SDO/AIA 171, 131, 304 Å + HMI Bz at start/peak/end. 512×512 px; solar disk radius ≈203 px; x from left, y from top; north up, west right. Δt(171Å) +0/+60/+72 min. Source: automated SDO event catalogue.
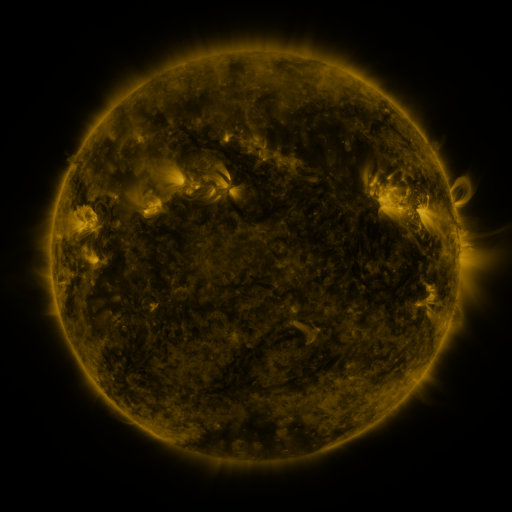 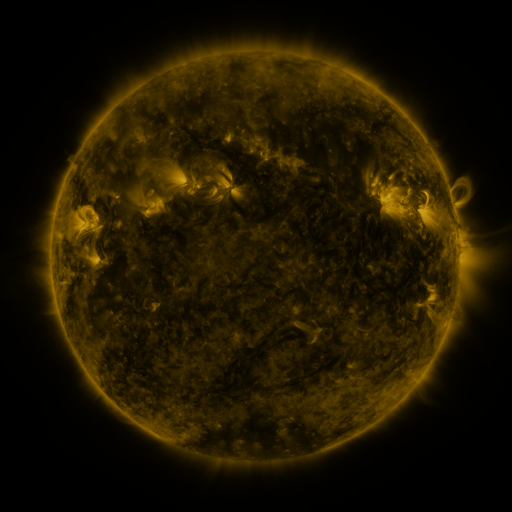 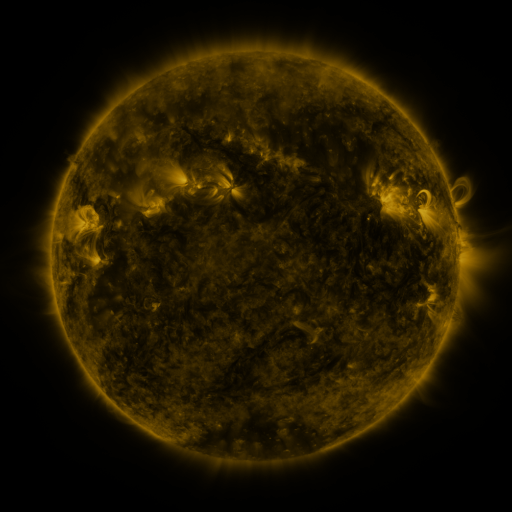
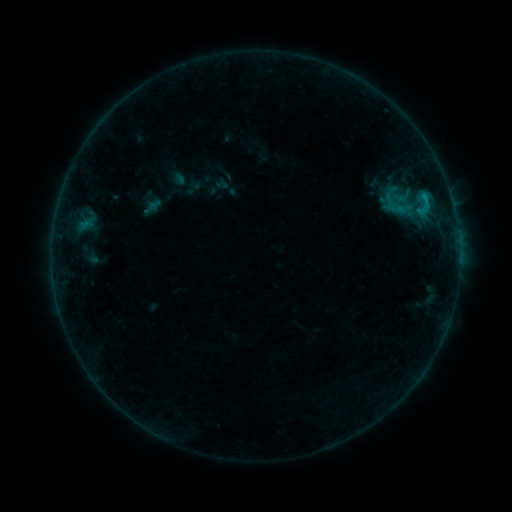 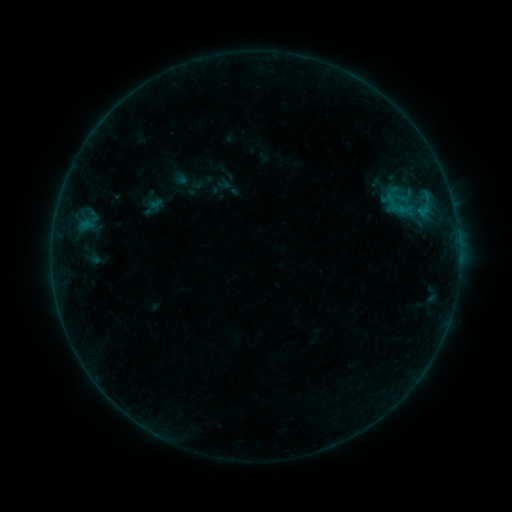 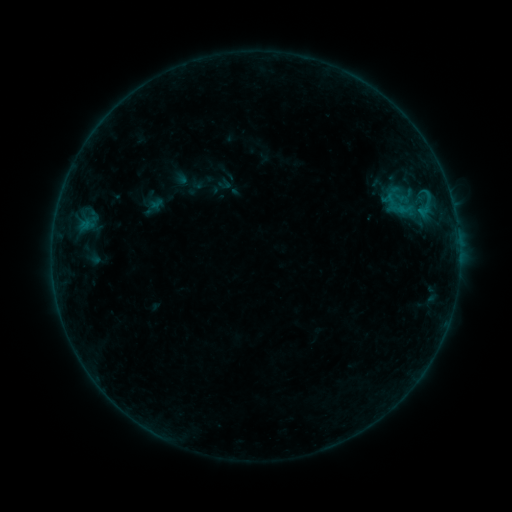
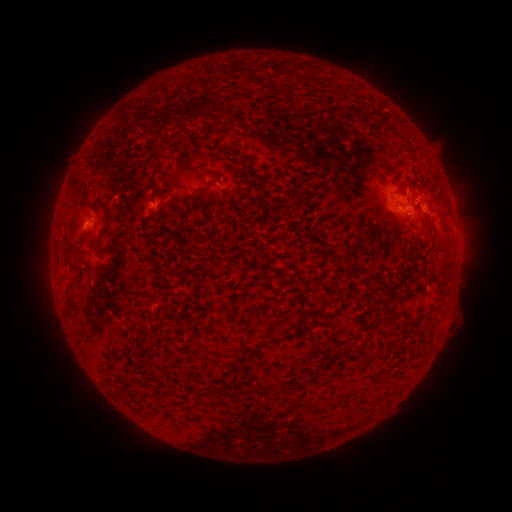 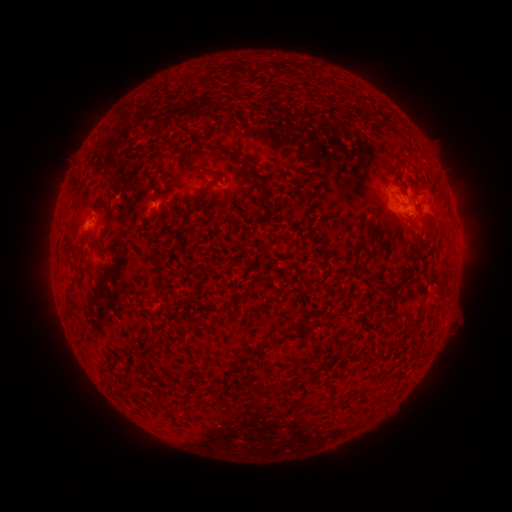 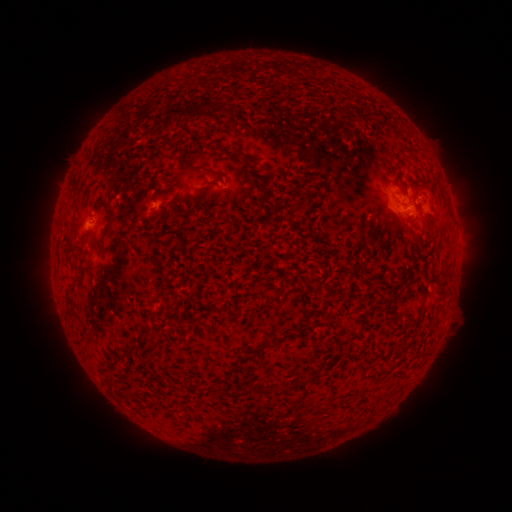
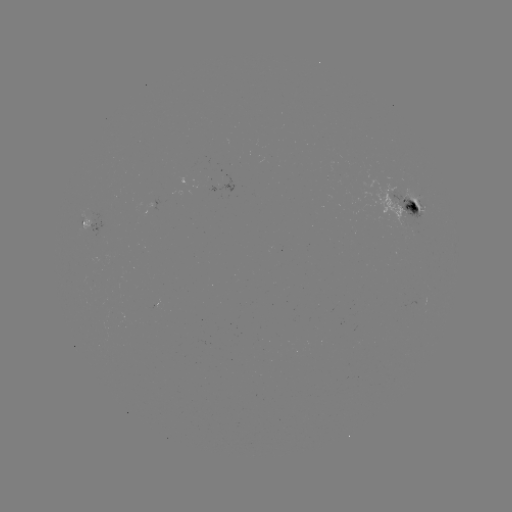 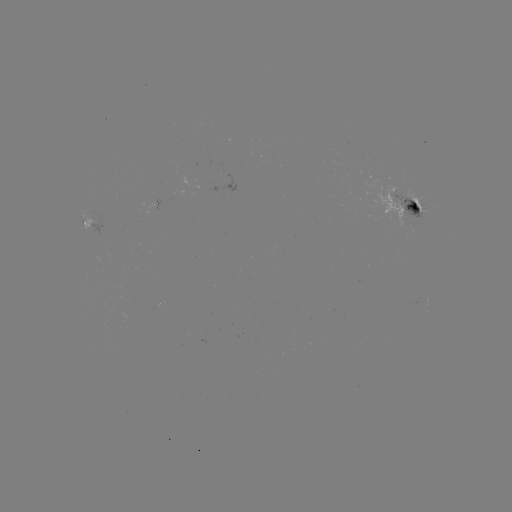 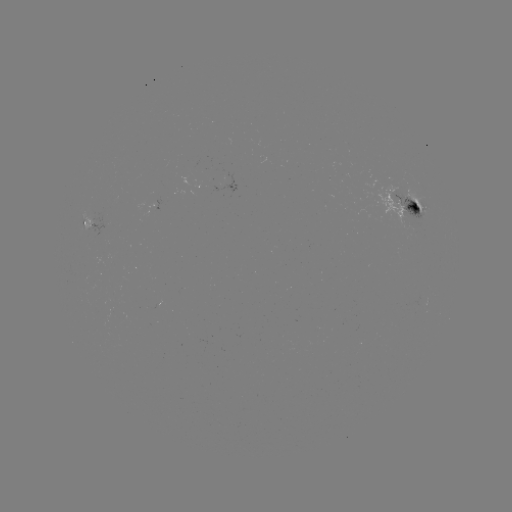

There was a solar emerging-flux region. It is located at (90, 218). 